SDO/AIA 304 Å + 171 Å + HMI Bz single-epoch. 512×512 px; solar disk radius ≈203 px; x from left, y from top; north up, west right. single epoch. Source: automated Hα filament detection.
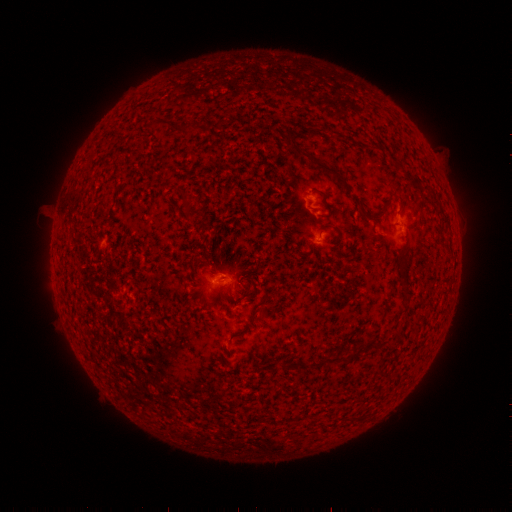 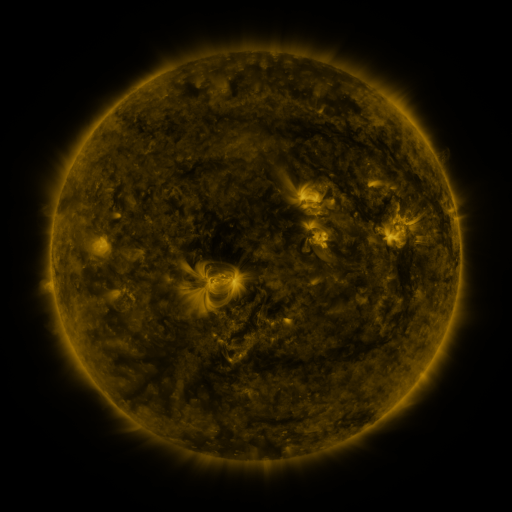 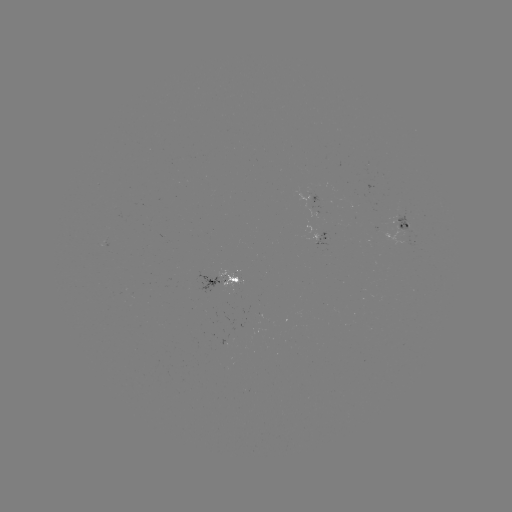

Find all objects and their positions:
filament: <bbox>152, 118, 165, 127</bbox>
filament: <bbox>314, 163, 345, 187</bbox>
filament: <bbox>398, 254, 410, 271</bbox>
filament: <bbox>311, 356, 343, 368</bbox>
